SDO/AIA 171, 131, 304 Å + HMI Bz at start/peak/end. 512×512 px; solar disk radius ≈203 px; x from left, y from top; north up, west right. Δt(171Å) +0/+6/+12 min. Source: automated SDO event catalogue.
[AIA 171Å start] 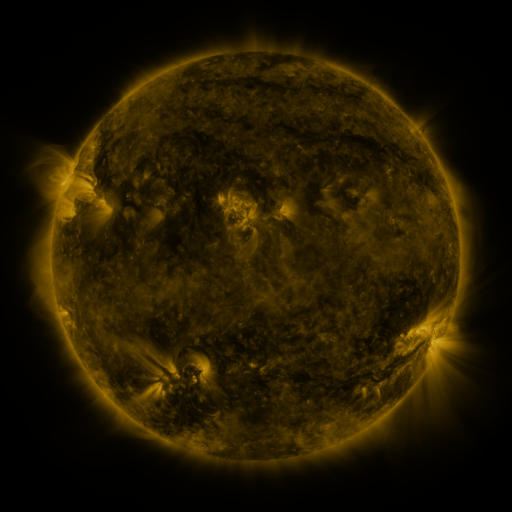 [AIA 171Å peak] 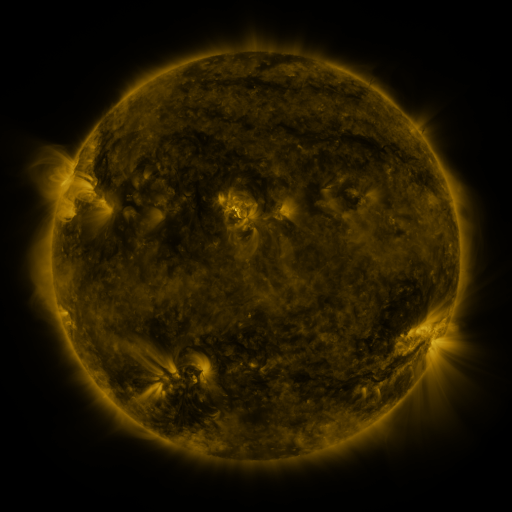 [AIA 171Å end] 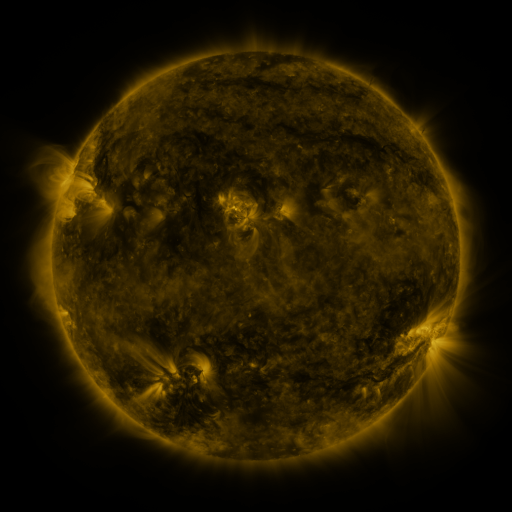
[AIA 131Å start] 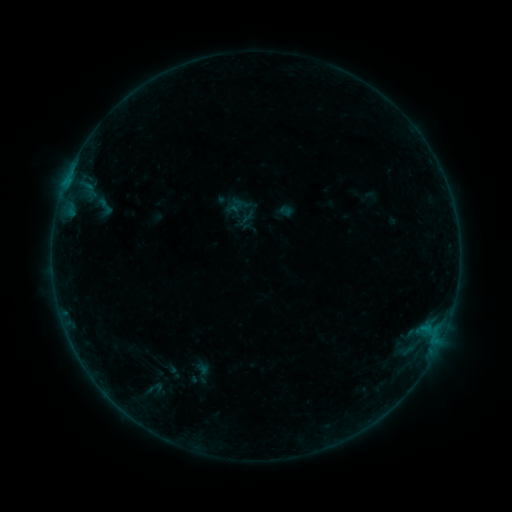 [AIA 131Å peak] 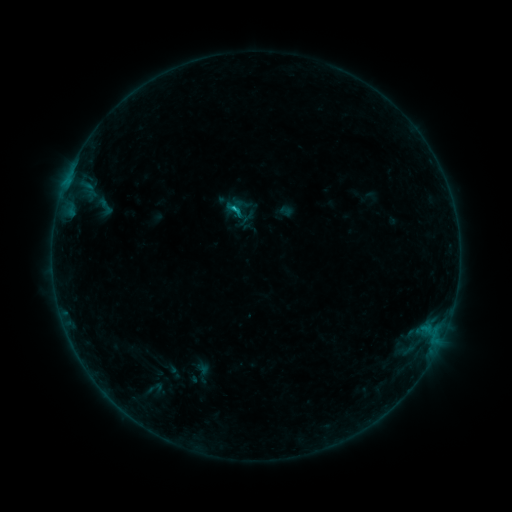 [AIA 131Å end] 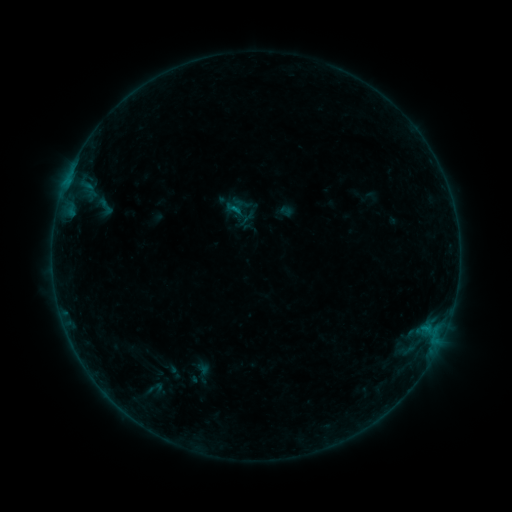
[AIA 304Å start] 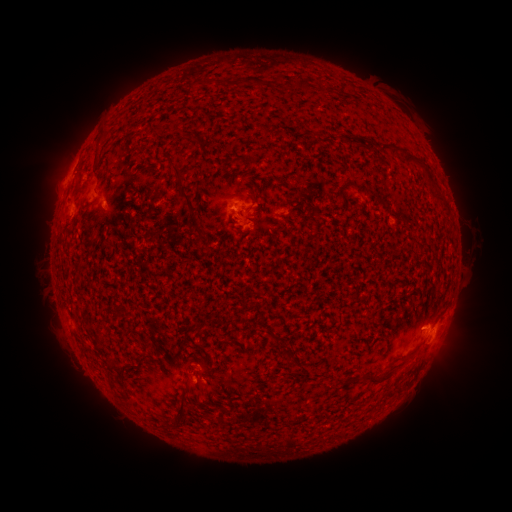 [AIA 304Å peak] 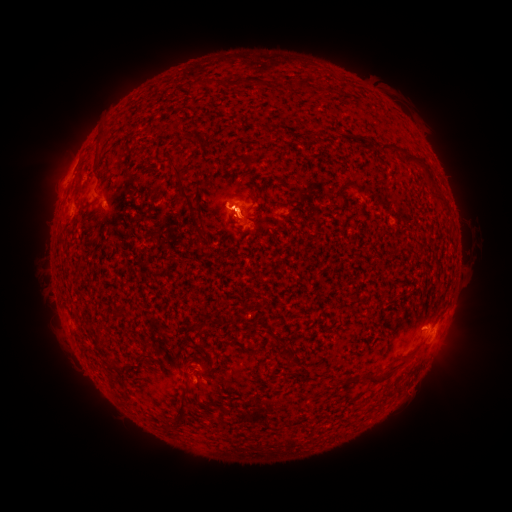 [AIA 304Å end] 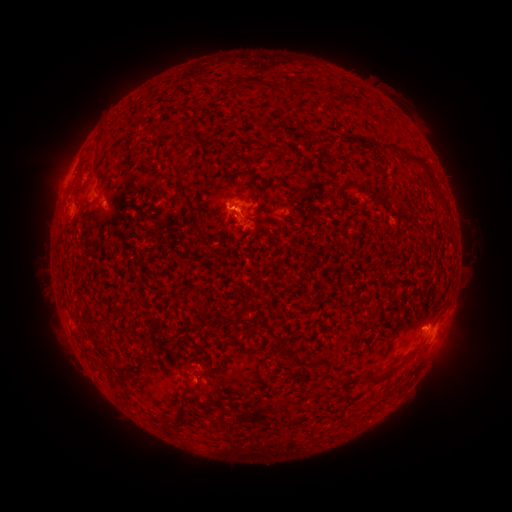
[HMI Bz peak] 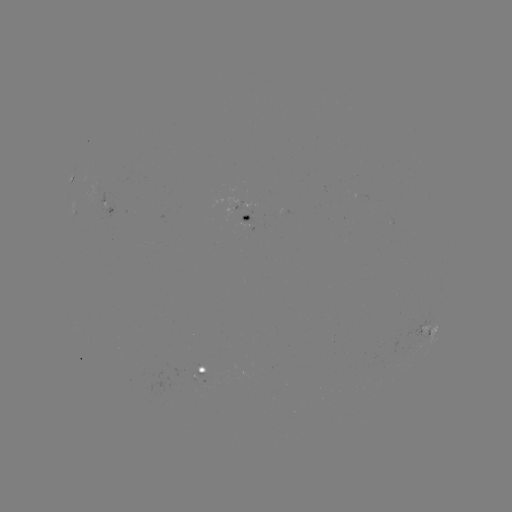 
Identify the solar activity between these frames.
B5.1 flare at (239, 211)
